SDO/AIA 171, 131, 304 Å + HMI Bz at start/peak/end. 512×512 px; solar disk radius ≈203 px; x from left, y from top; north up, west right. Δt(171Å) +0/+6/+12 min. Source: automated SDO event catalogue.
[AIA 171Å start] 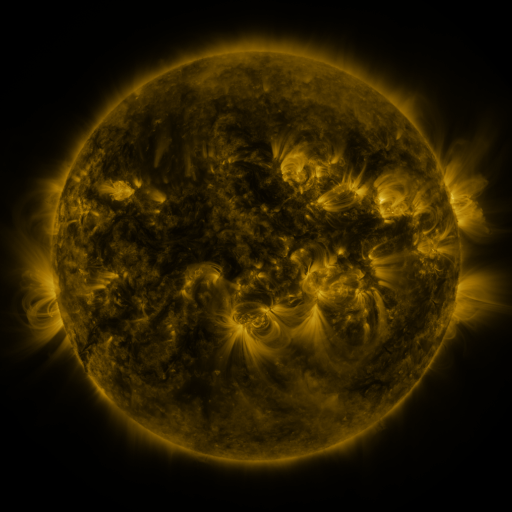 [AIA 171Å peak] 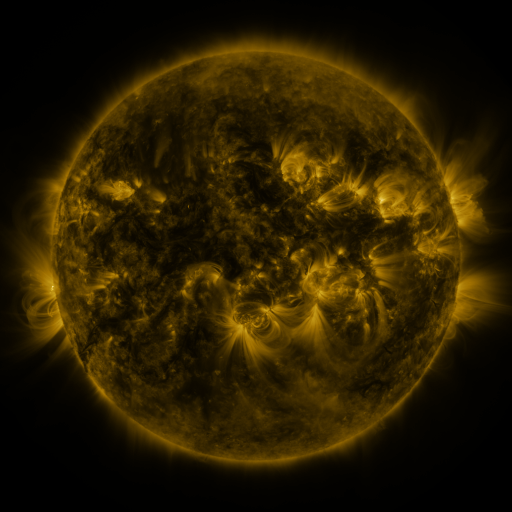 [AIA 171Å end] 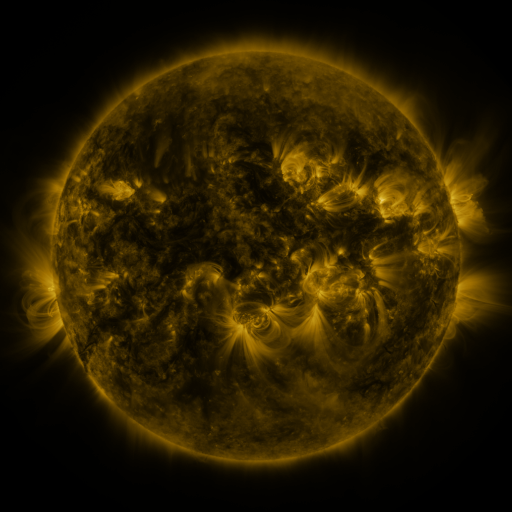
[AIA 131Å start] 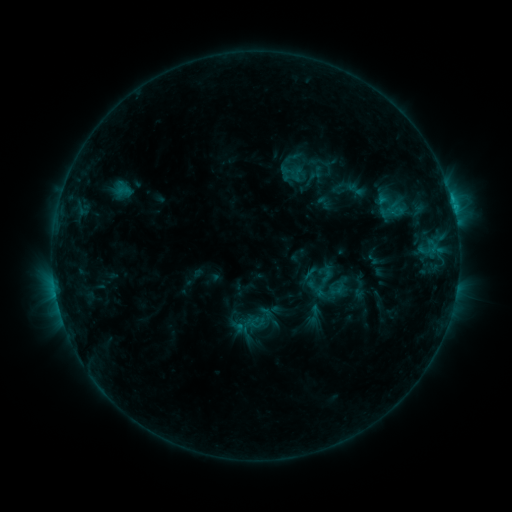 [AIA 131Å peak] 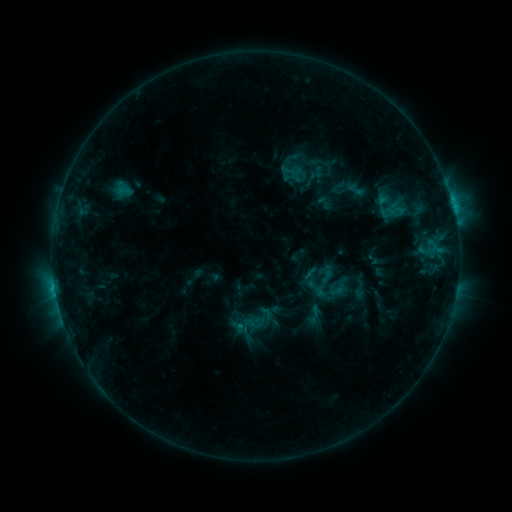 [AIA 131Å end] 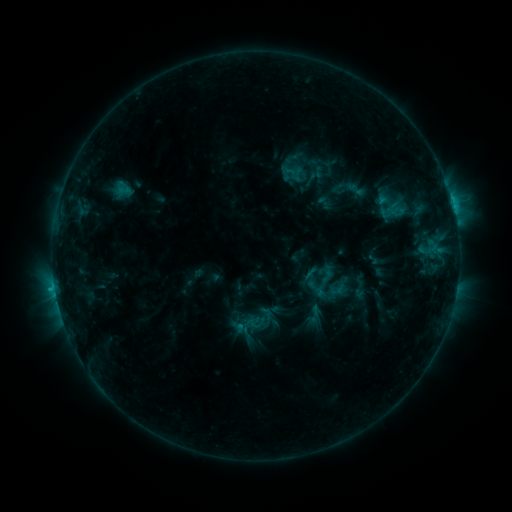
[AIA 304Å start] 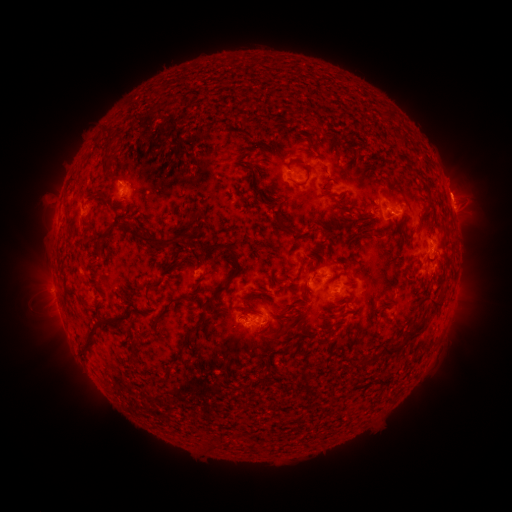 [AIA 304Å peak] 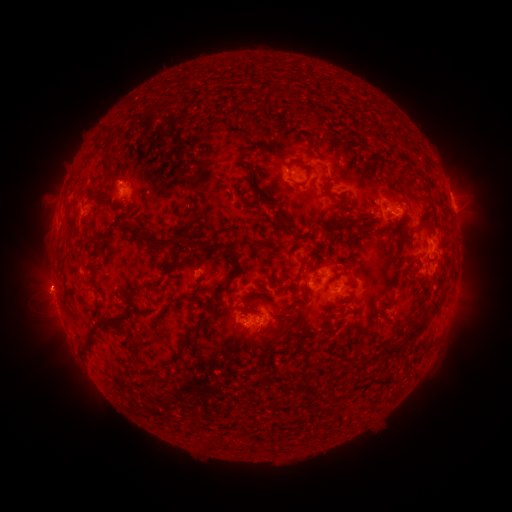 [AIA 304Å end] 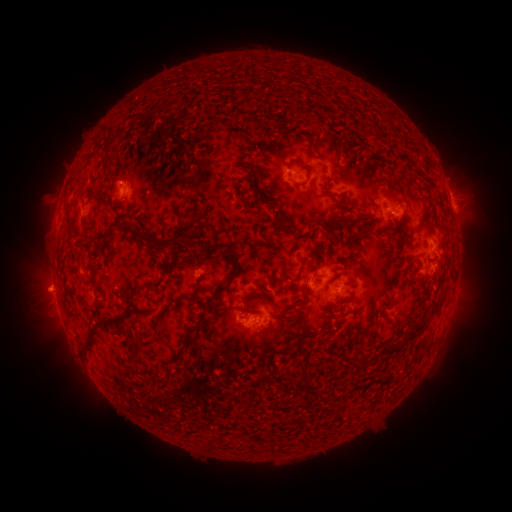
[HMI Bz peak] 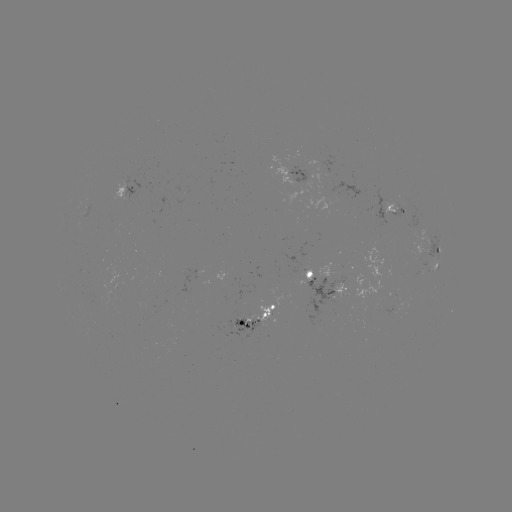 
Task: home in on eruption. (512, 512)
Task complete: [48, 284].